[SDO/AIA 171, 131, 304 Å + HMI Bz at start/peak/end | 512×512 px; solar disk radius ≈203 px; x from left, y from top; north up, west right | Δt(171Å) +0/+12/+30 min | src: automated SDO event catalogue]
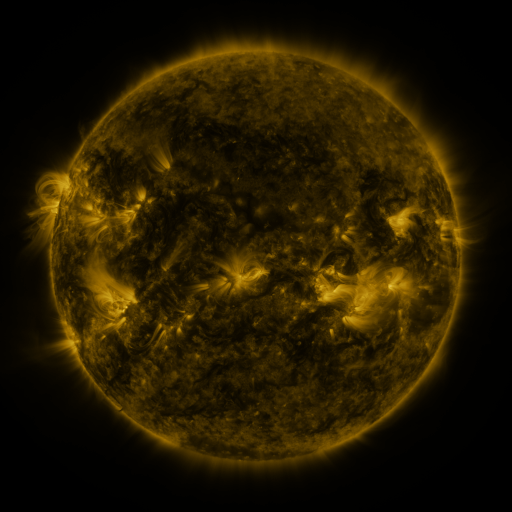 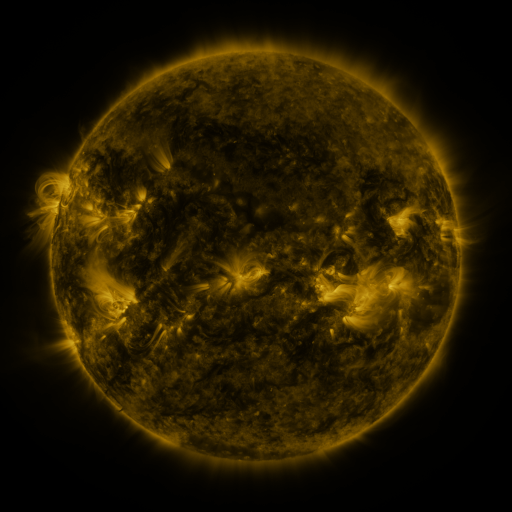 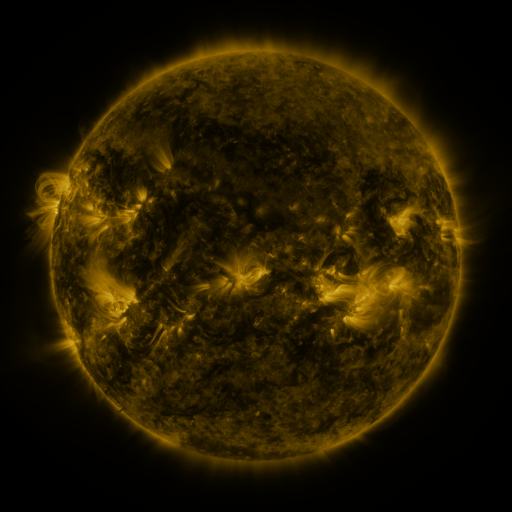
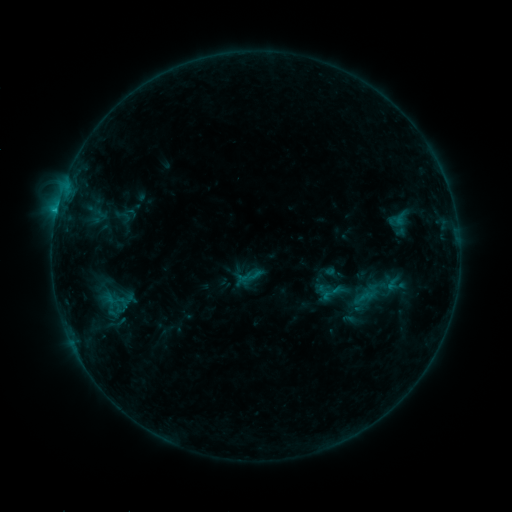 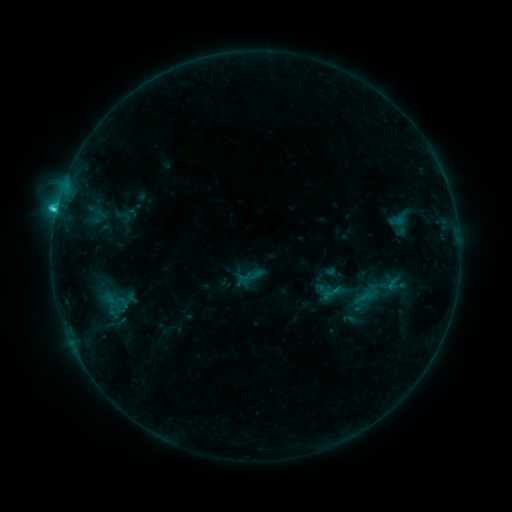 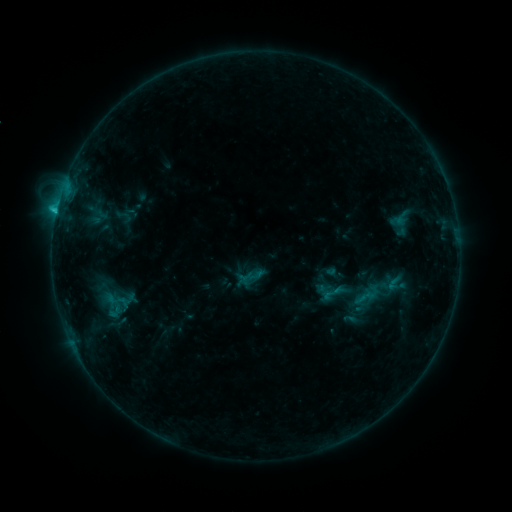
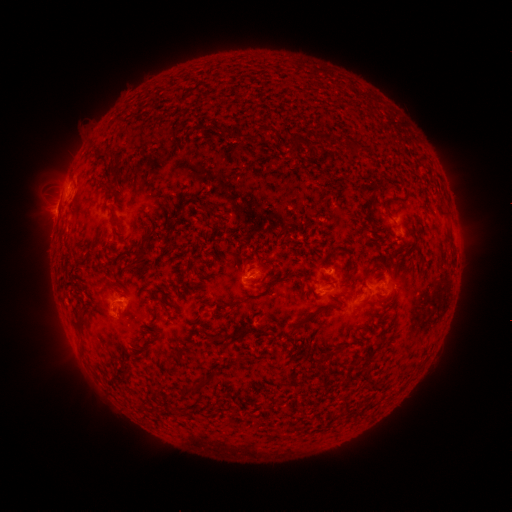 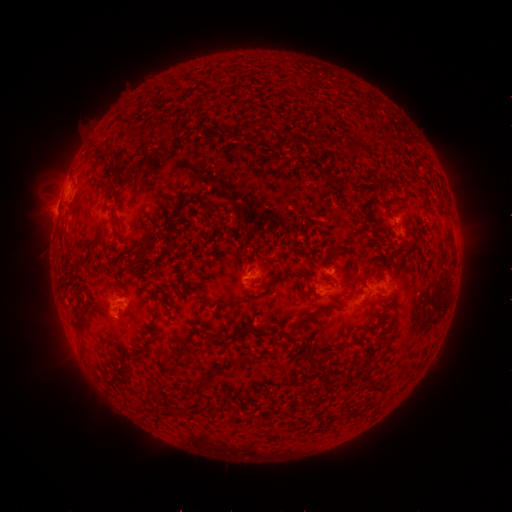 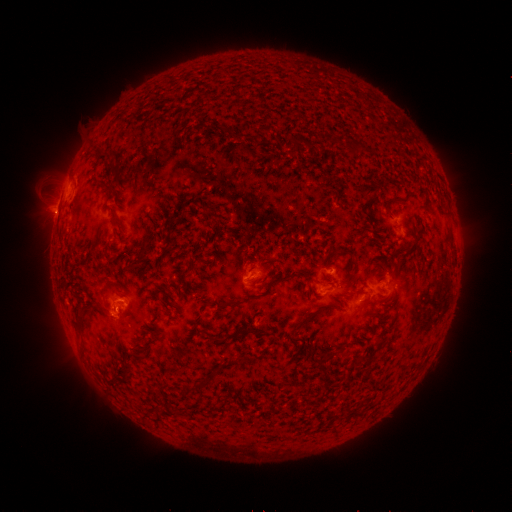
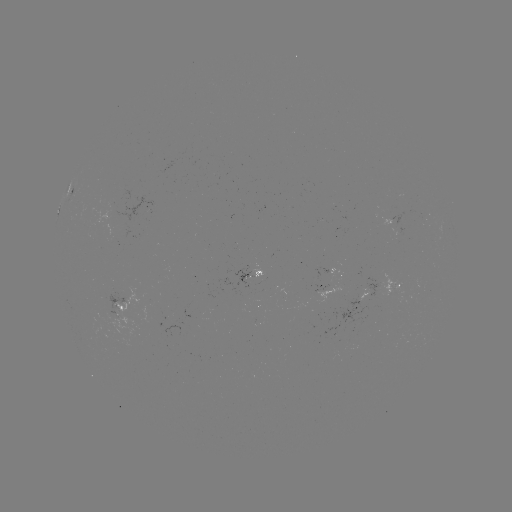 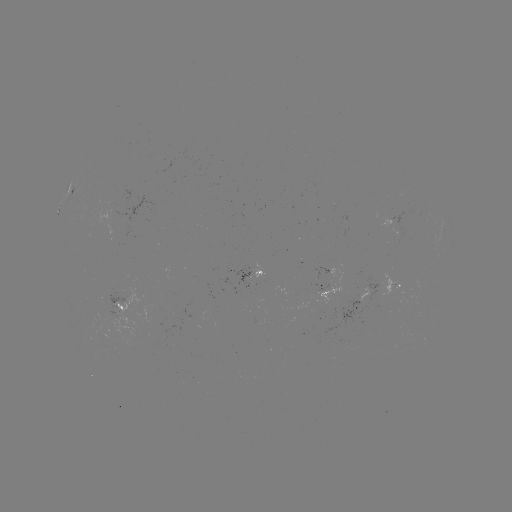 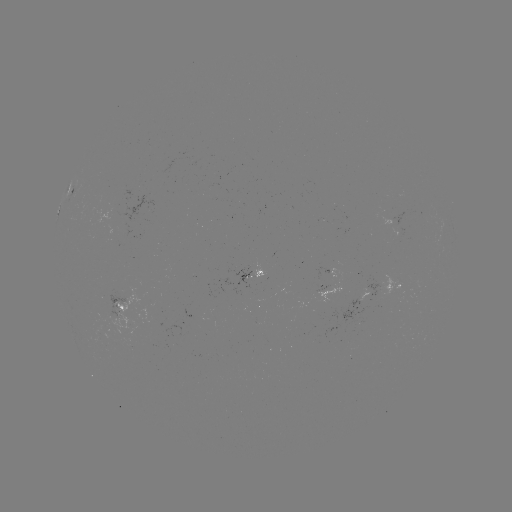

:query C1.7 flare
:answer (248, 278)